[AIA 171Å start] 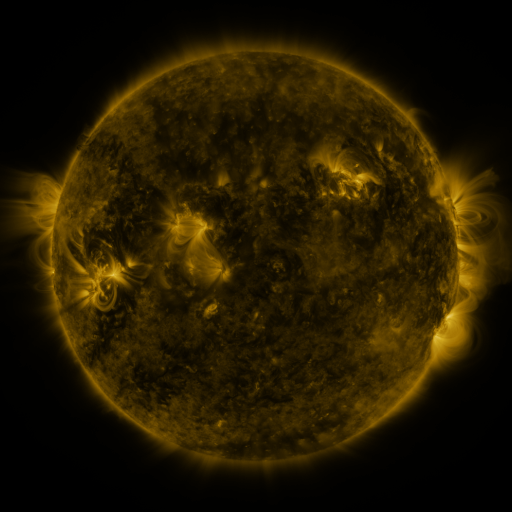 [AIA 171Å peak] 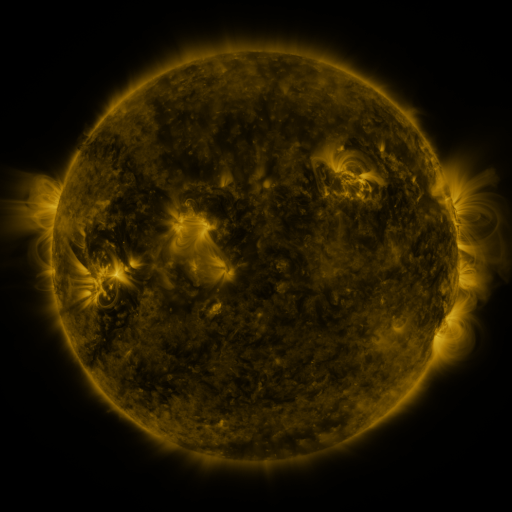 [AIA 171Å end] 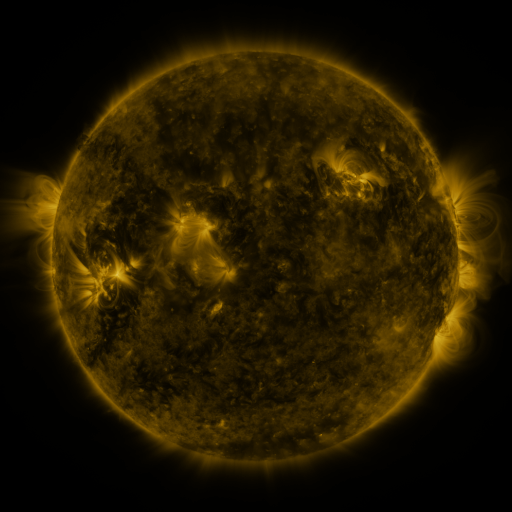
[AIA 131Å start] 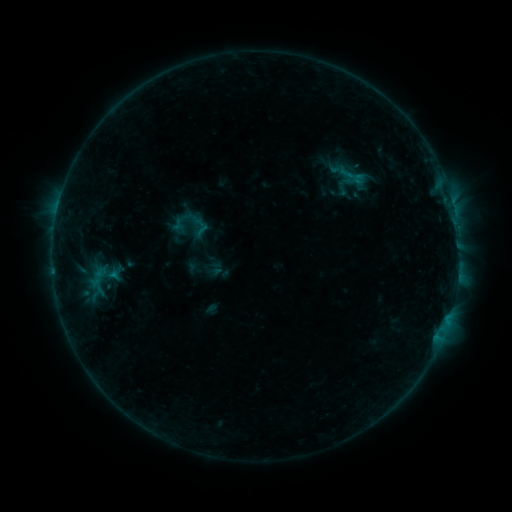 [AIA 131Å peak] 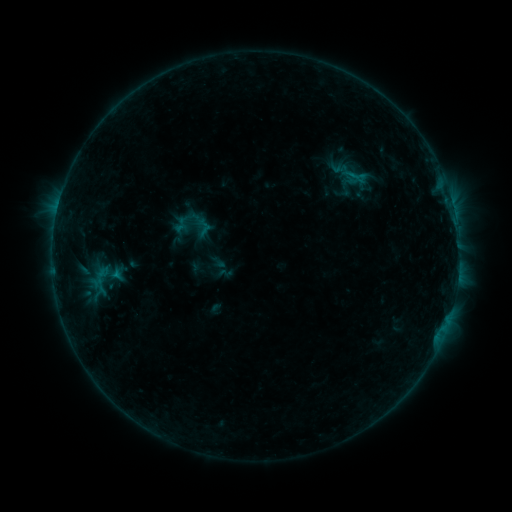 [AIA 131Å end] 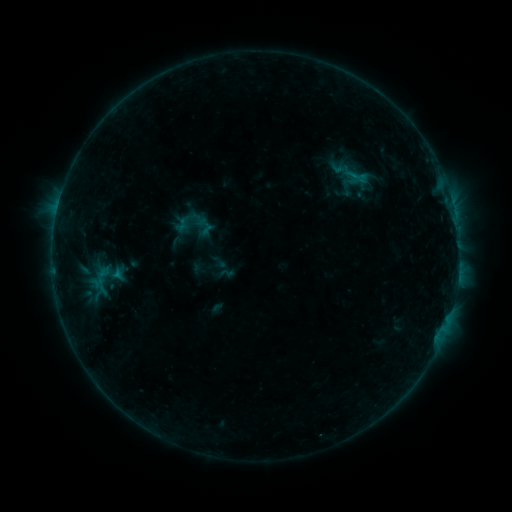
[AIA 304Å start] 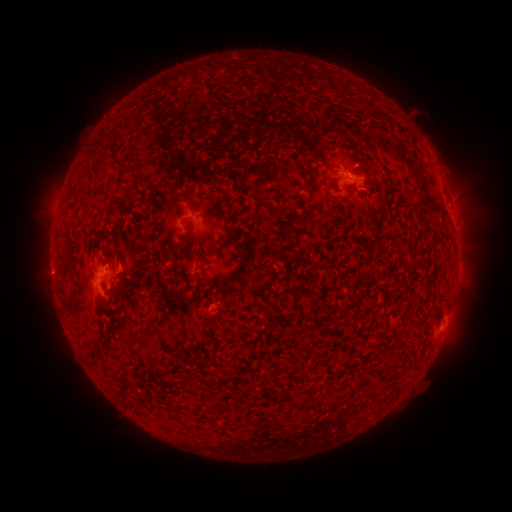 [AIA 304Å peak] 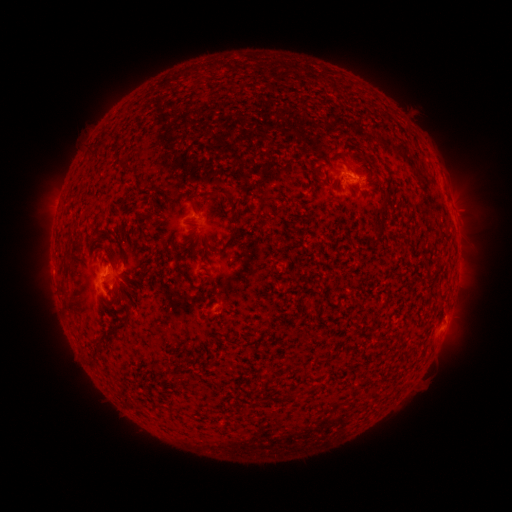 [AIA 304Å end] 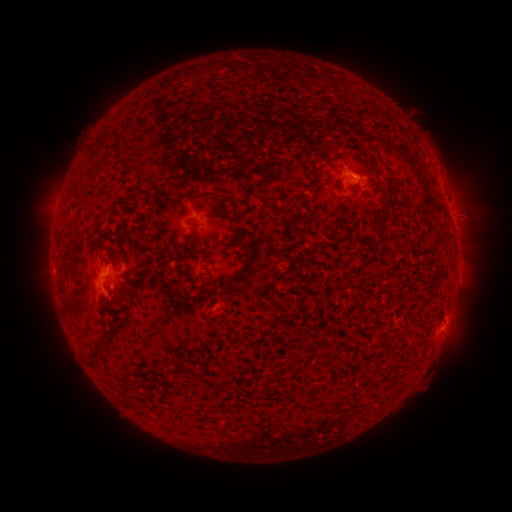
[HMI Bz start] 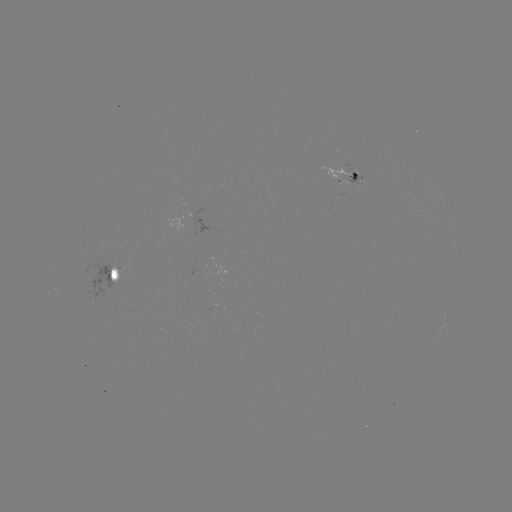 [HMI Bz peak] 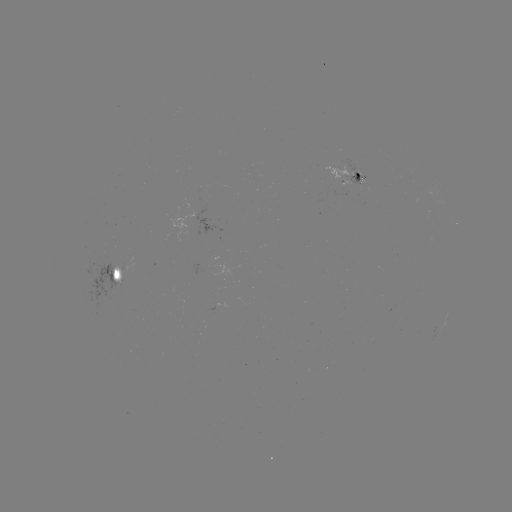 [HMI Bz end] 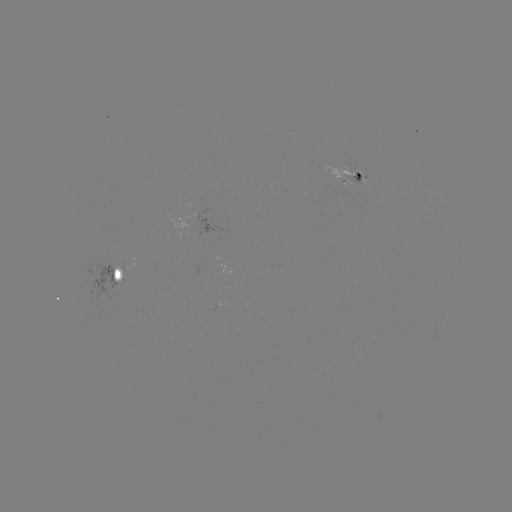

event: emerging-flux region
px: (207, 263)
